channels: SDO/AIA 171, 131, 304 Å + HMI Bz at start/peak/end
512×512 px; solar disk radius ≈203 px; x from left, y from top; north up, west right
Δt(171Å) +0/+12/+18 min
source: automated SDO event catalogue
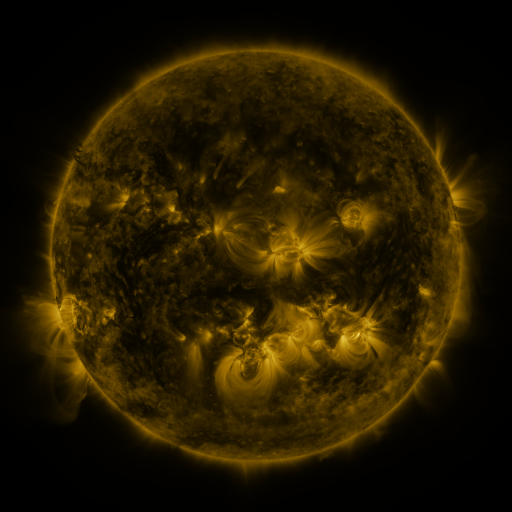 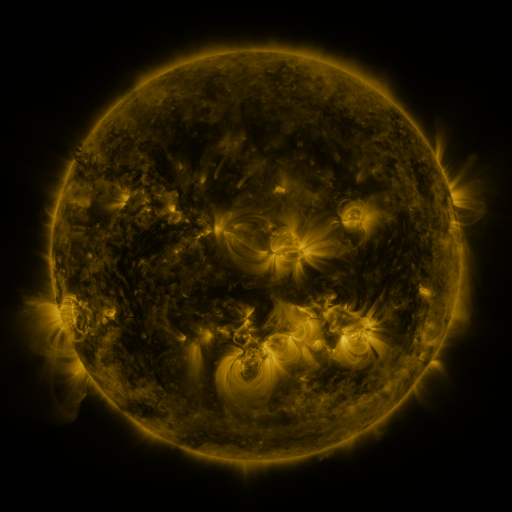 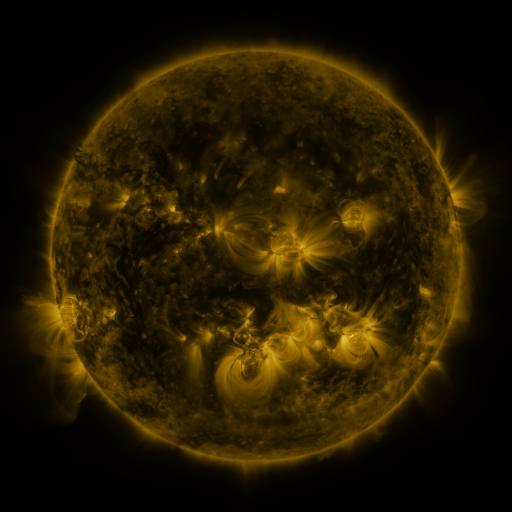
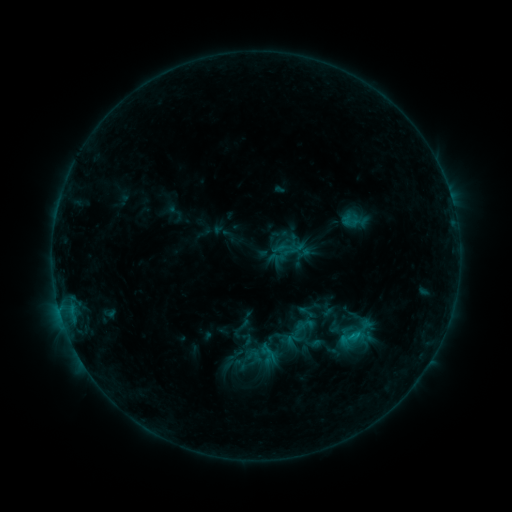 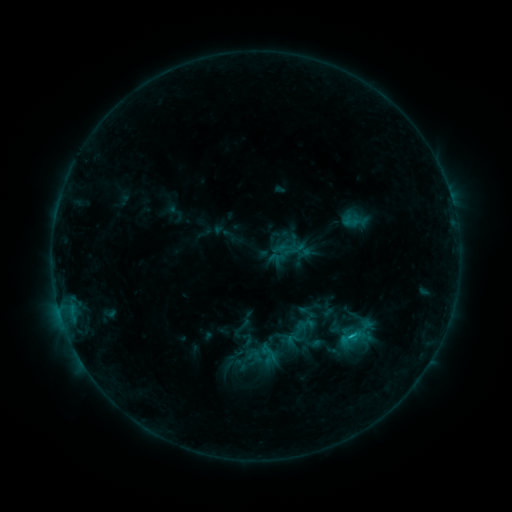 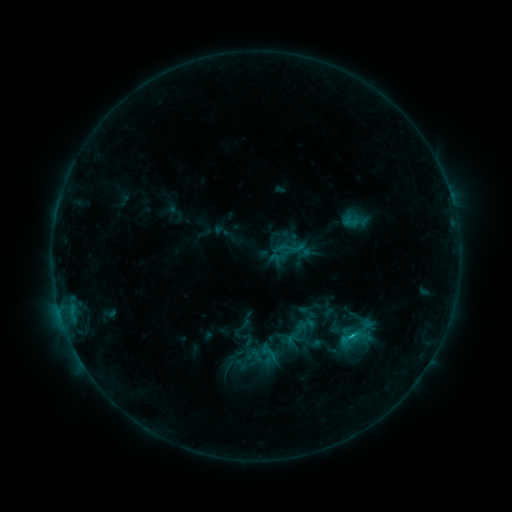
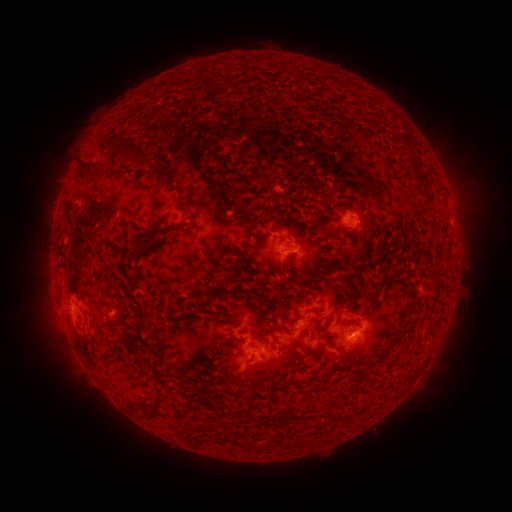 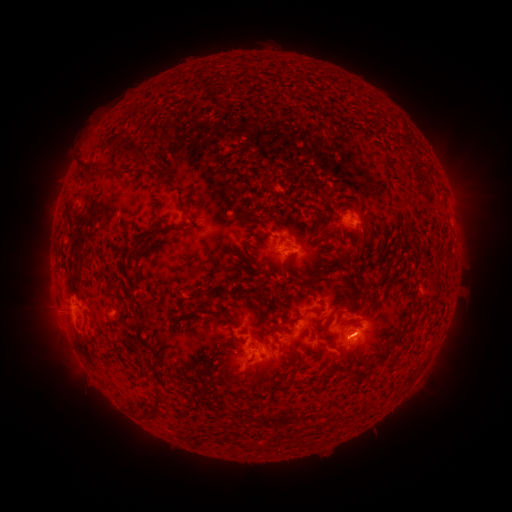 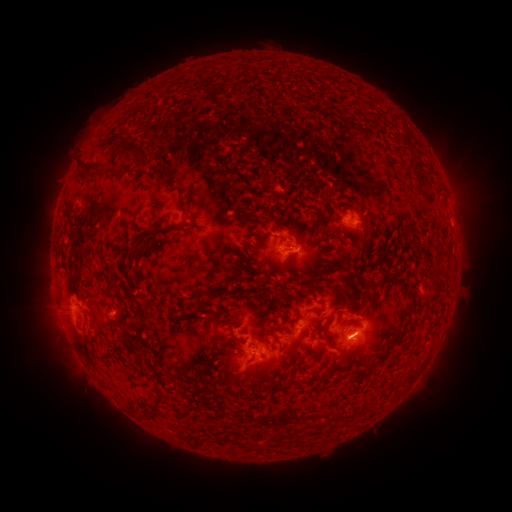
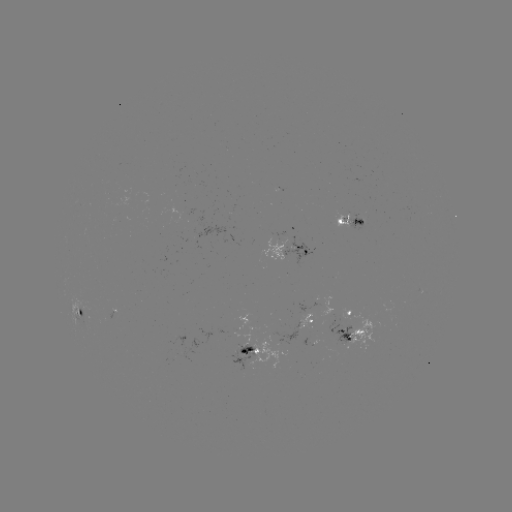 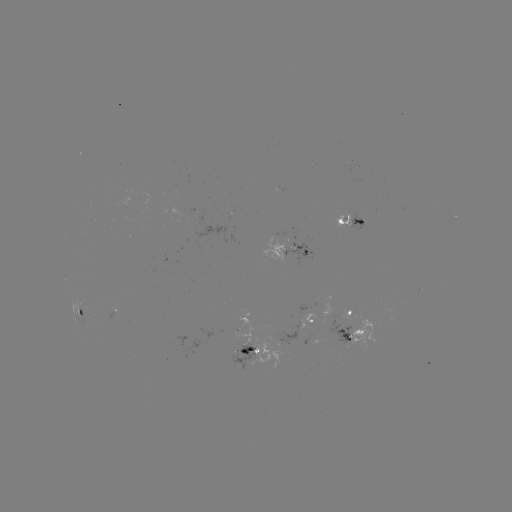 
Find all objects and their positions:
C1.3 flare: (351, 334)
